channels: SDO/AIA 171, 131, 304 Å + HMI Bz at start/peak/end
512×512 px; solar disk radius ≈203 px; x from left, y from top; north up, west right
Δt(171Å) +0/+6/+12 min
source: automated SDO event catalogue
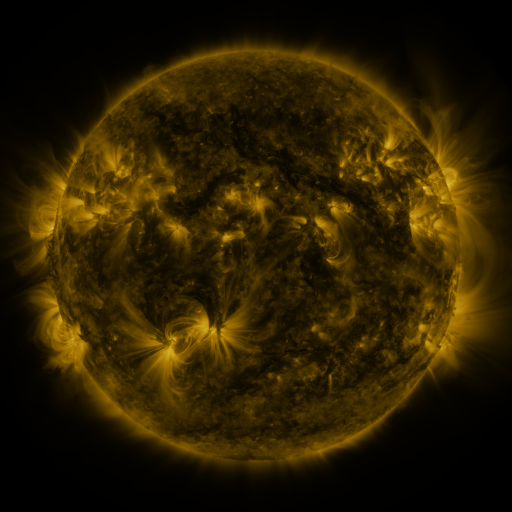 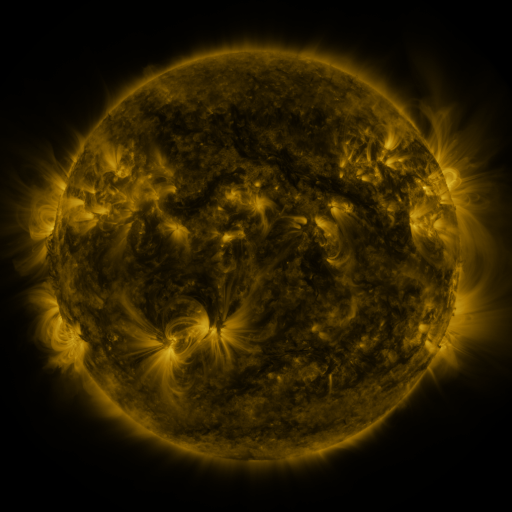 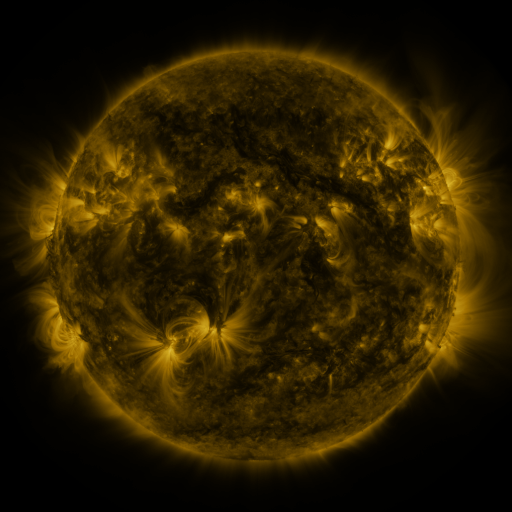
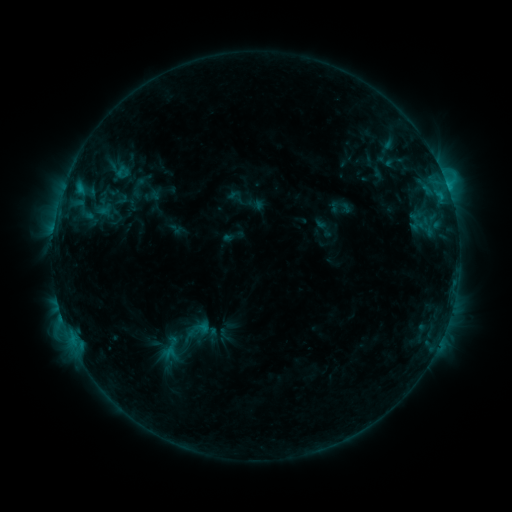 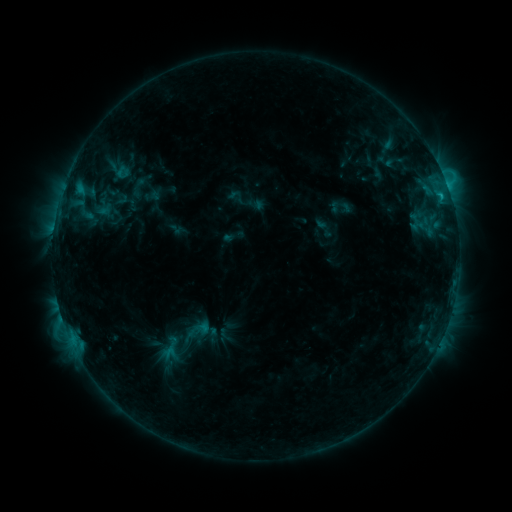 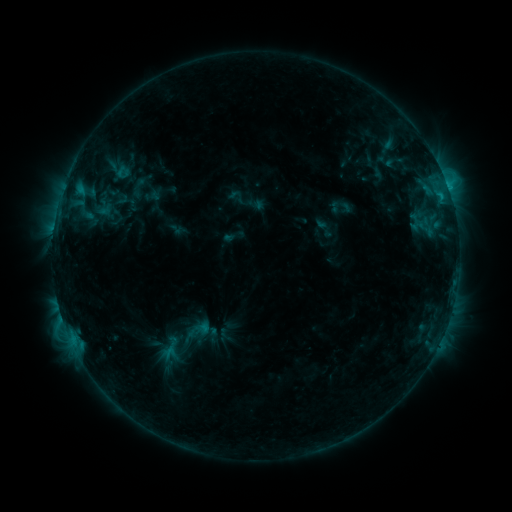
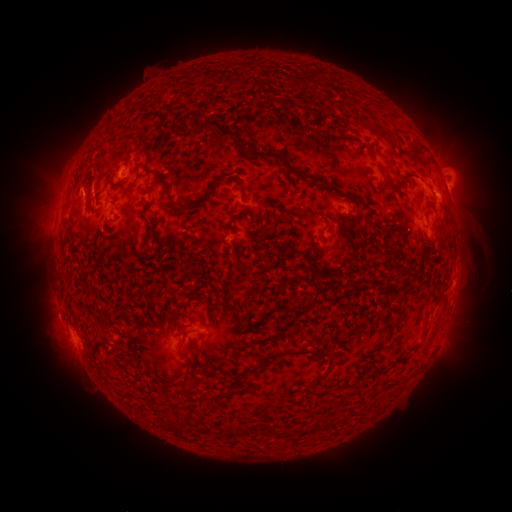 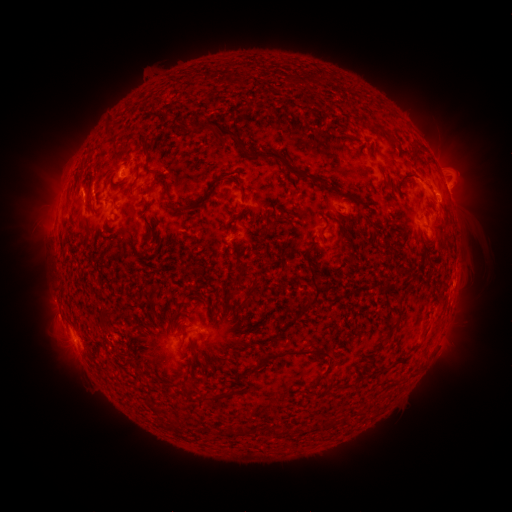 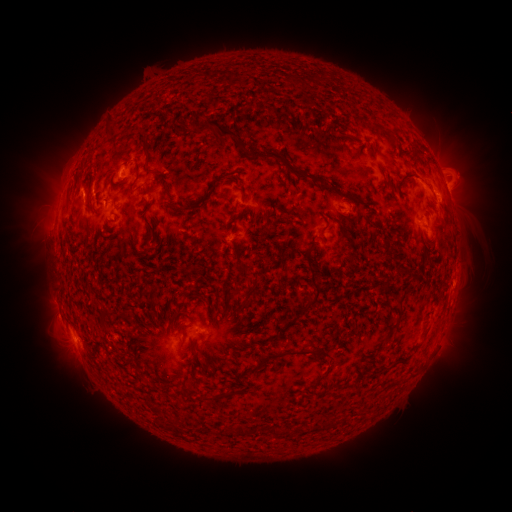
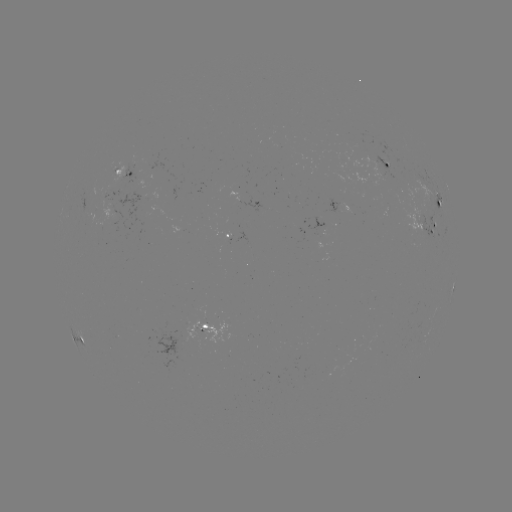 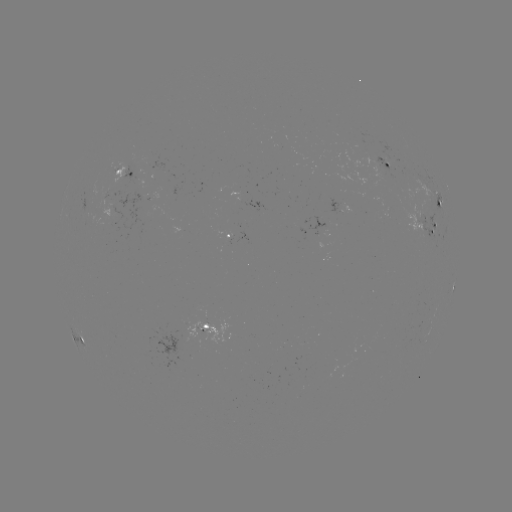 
no catalogued flare and no flagged EUV brightening in this window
